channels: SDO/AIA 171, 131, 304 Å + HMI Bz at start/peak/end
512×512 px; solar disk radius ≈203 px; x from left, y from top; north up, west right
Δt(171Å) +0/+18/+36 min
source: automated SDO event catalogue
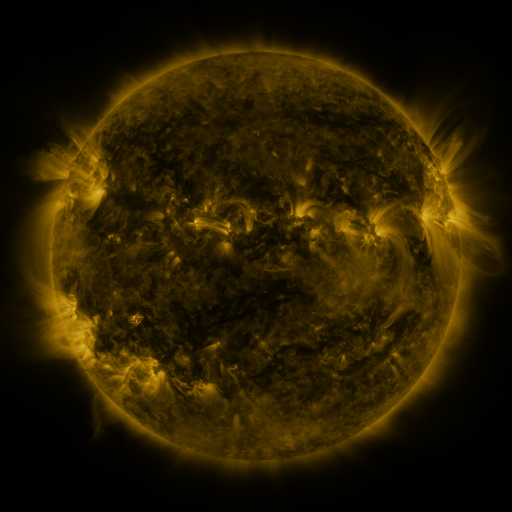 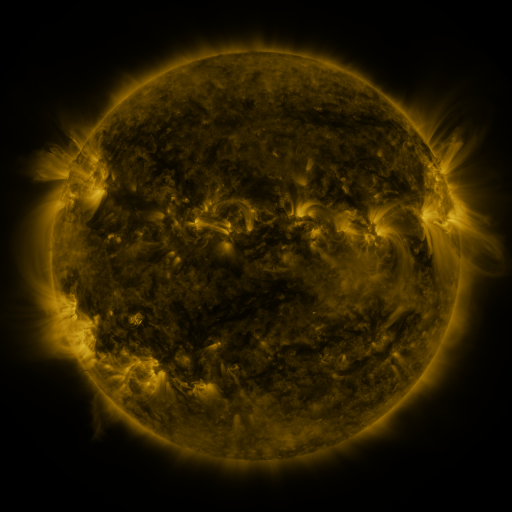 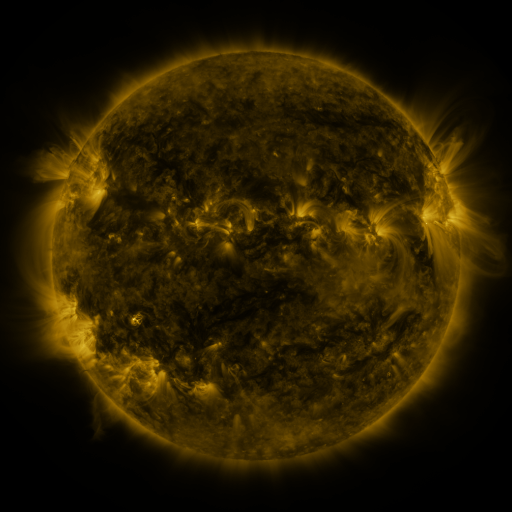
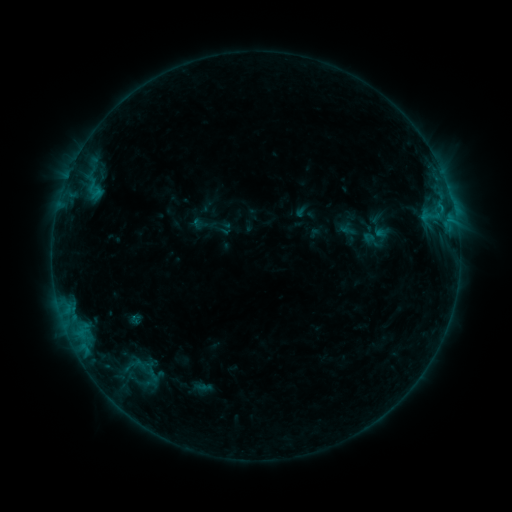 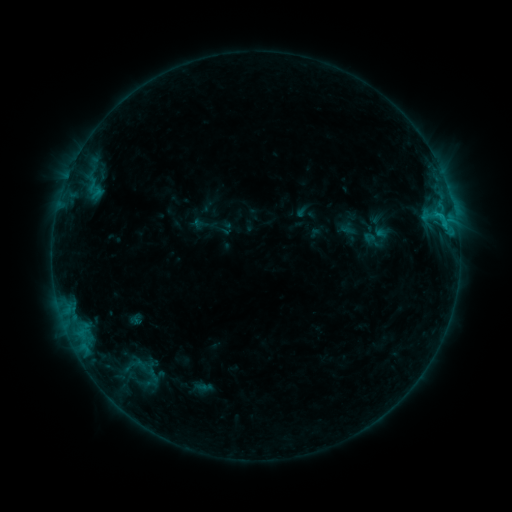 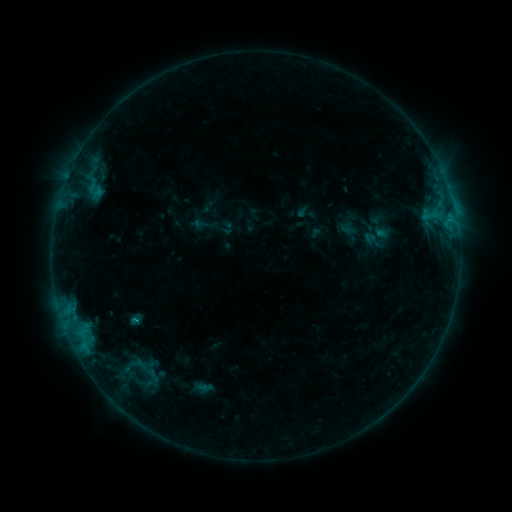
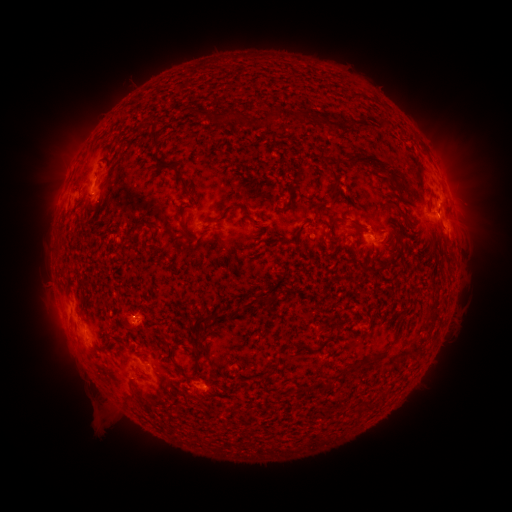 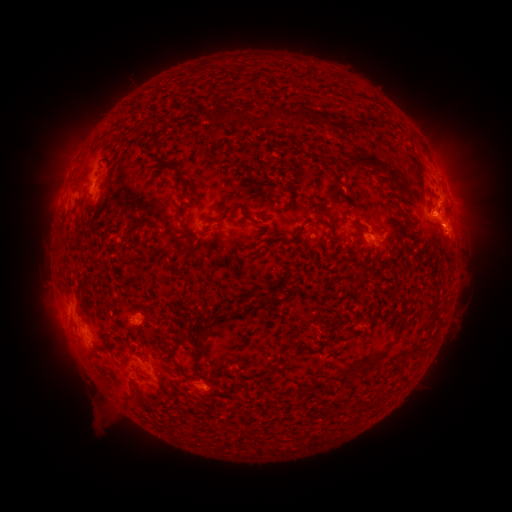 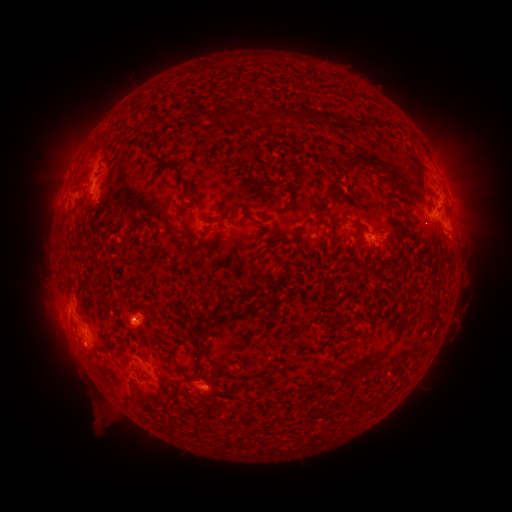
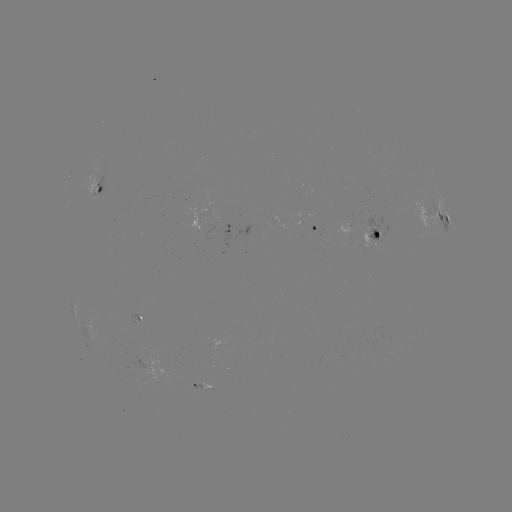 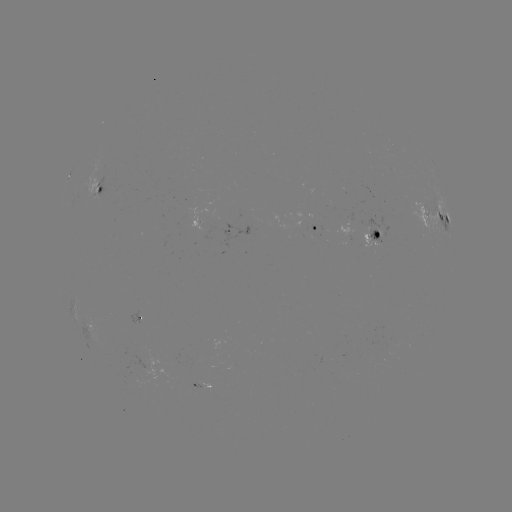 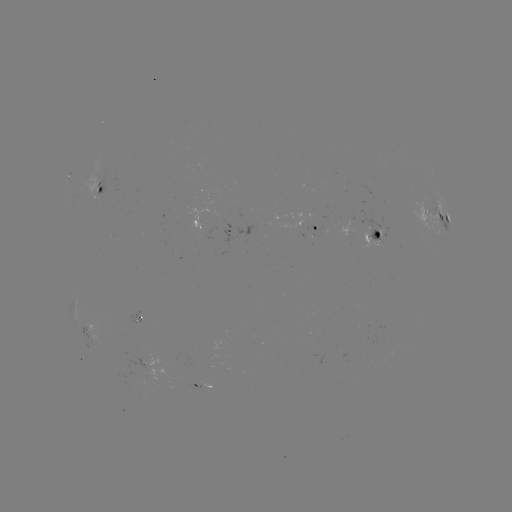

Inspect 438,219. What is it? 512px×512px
B8.3 flare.